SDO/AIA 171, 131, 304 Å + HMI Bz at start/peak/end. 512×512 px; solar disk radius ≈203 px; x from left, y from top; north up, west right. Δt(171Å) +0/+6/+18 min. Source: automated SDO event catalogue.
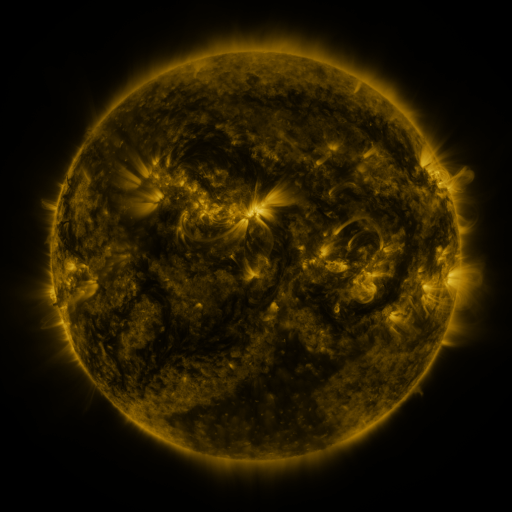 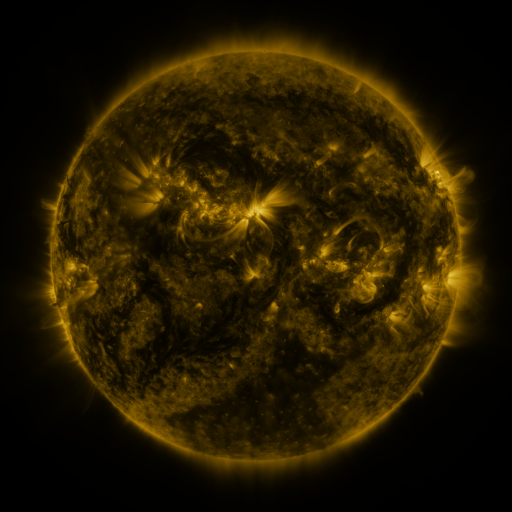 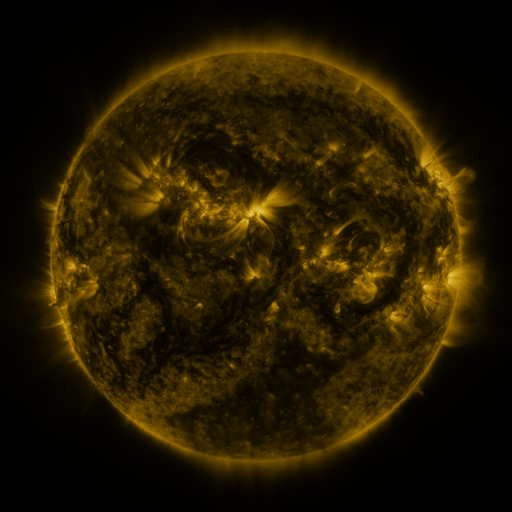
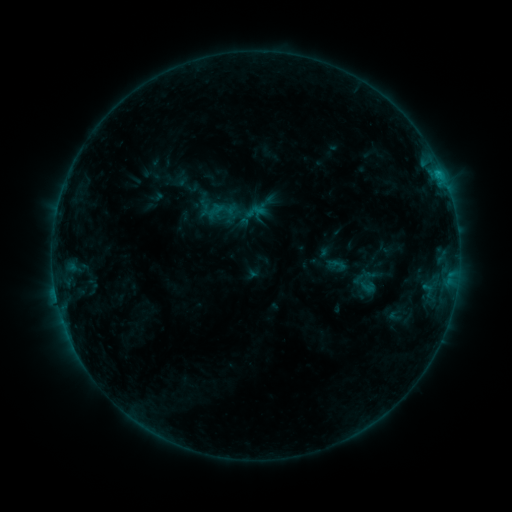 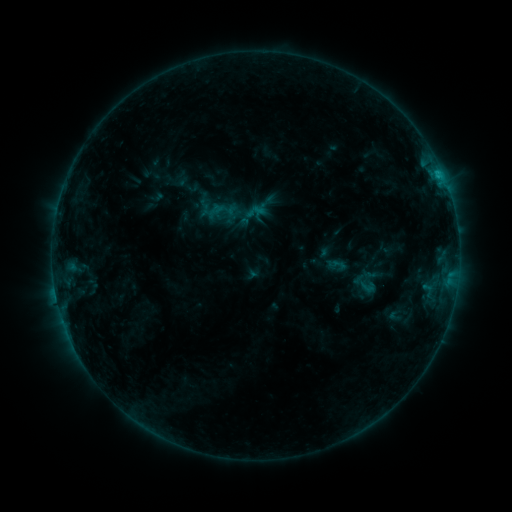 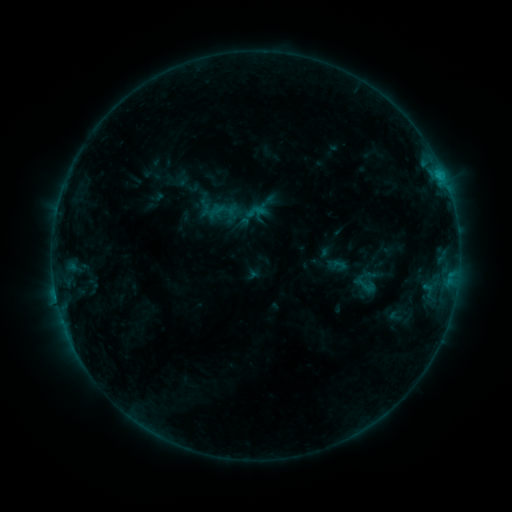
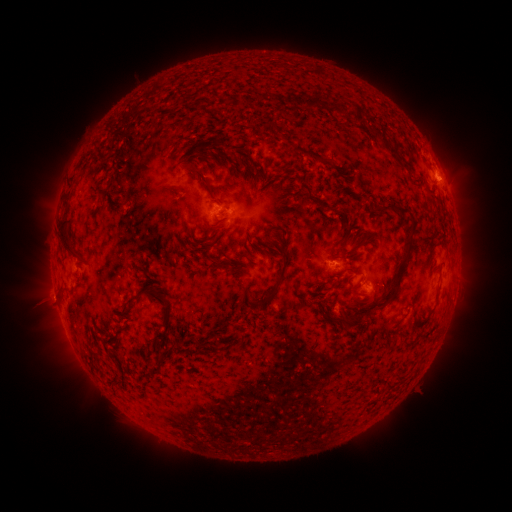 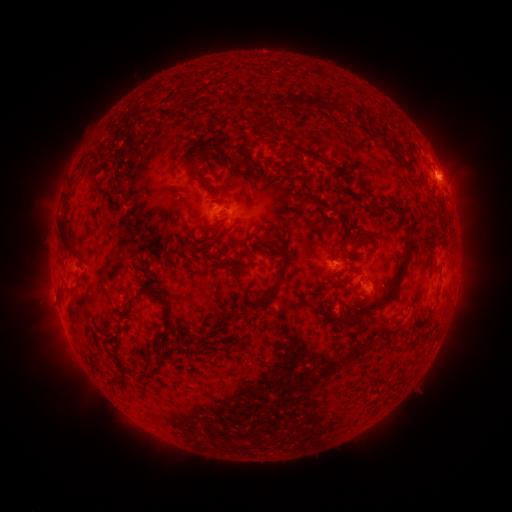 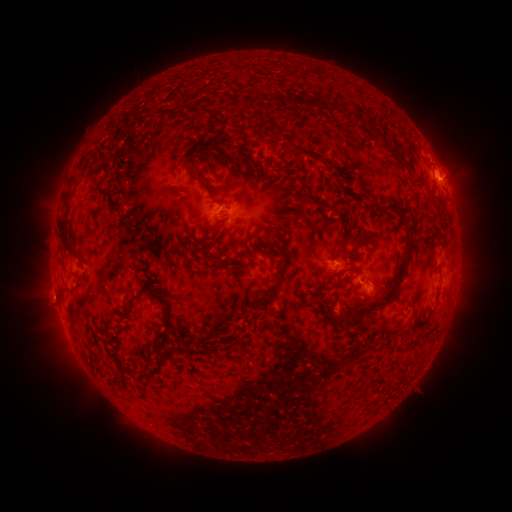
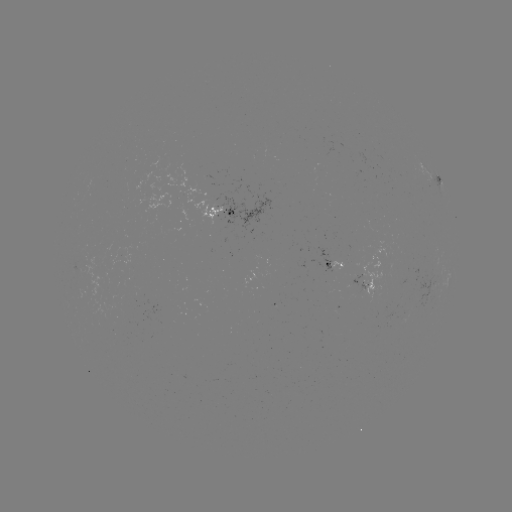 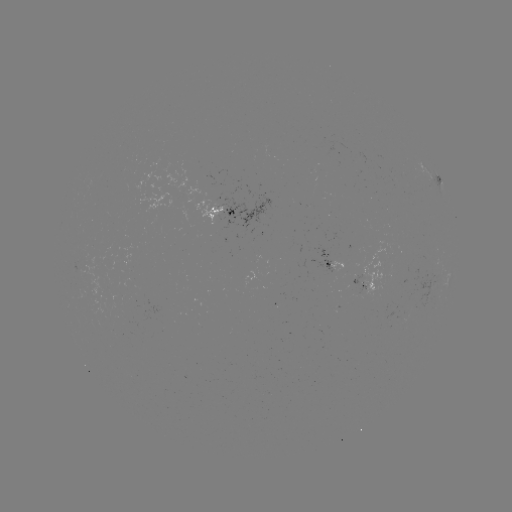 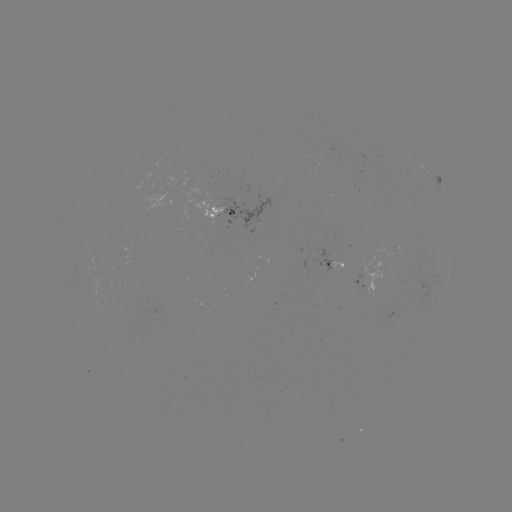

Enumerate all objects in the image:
eruption: (453, 177)
